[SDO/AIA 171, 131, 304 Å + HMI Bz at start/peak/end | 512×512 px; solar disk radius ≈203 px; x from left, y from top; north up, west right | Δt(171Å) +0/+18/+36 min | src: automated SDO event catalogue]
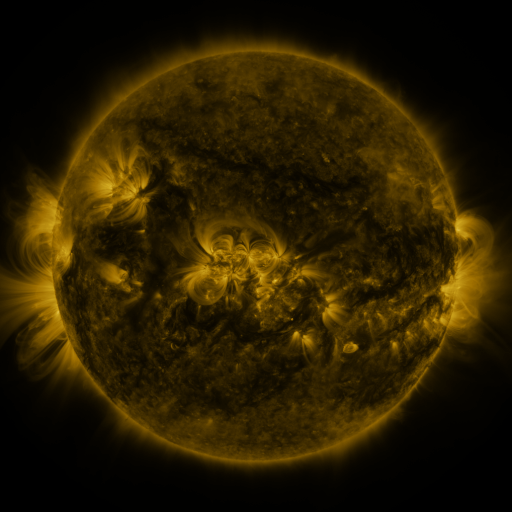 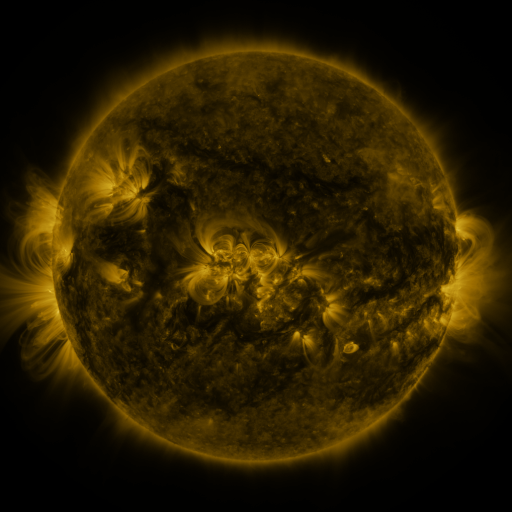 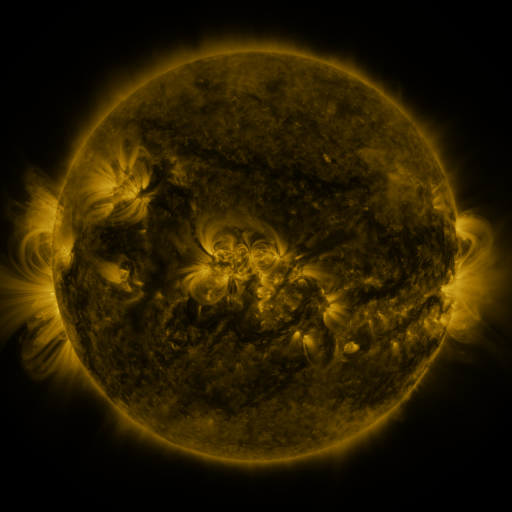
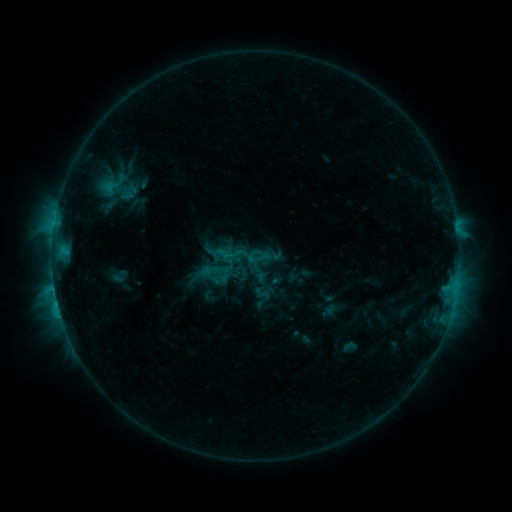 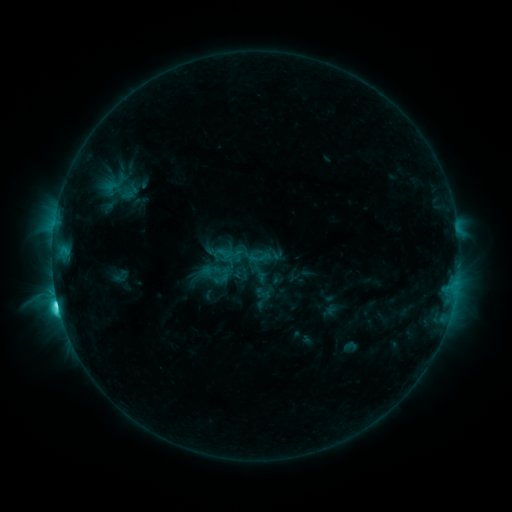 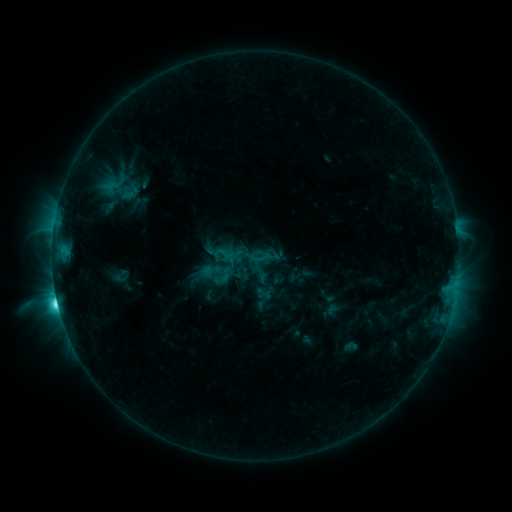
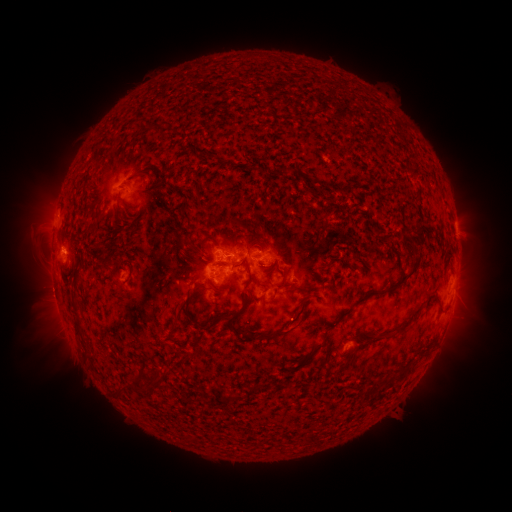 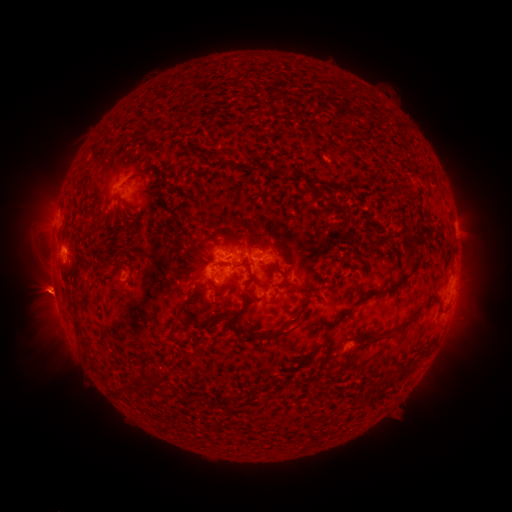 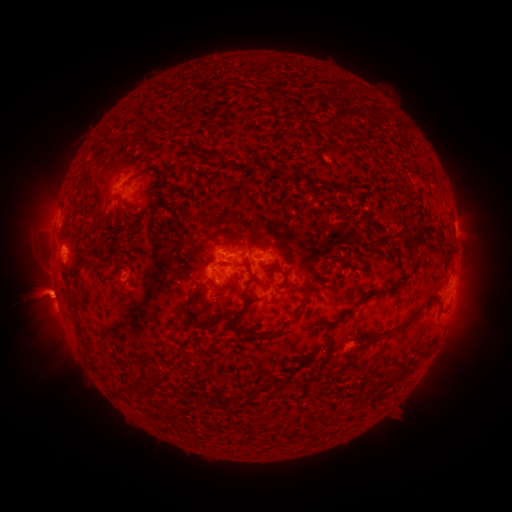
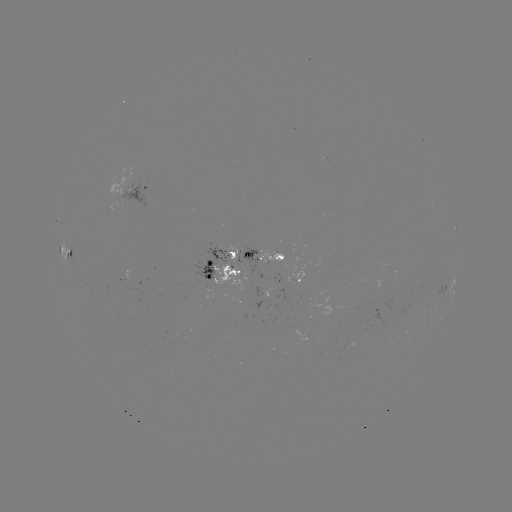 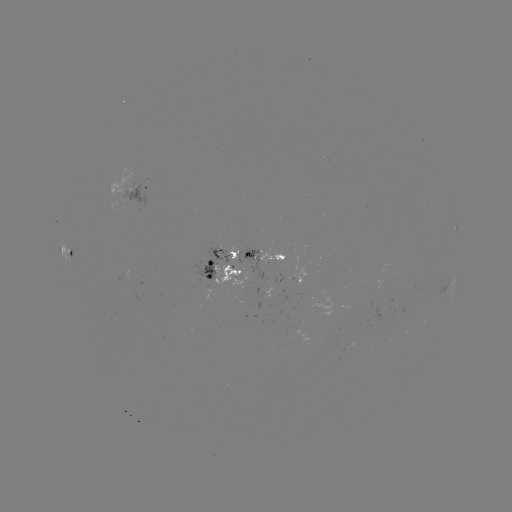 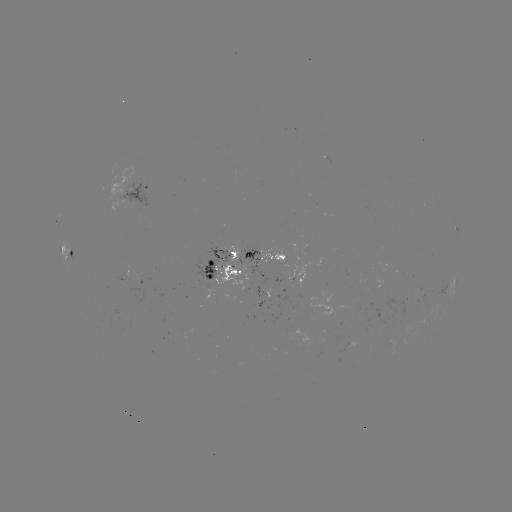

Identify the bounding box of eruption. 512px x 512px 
[4, 255, 97, 376].